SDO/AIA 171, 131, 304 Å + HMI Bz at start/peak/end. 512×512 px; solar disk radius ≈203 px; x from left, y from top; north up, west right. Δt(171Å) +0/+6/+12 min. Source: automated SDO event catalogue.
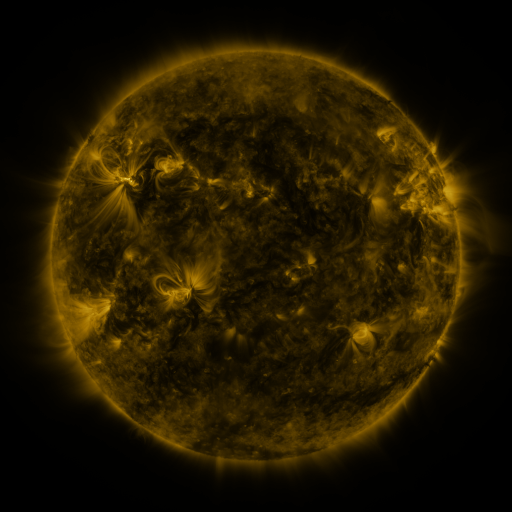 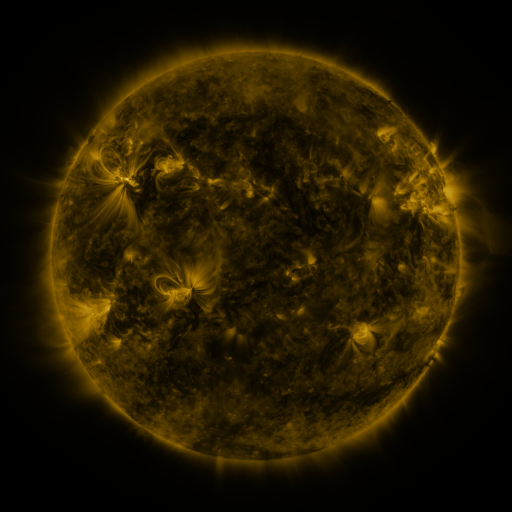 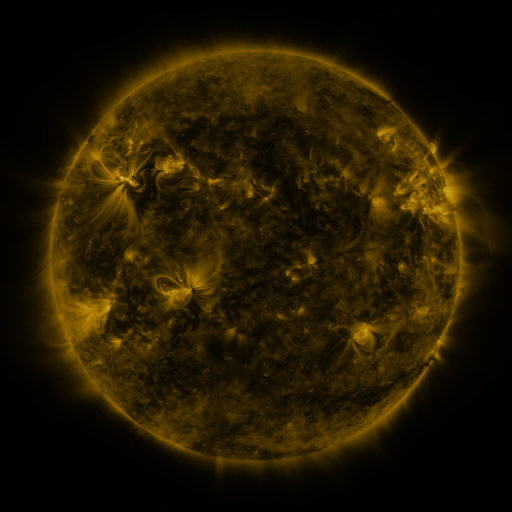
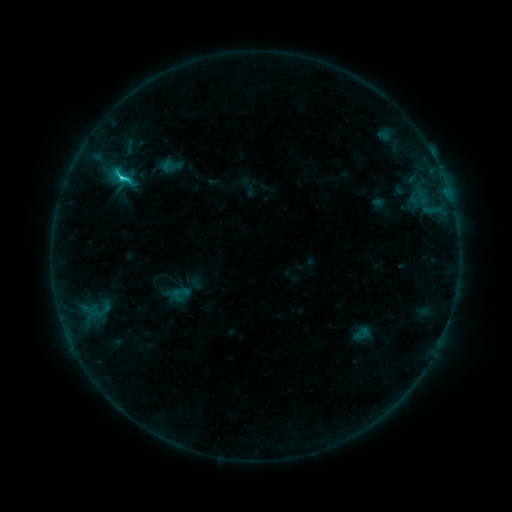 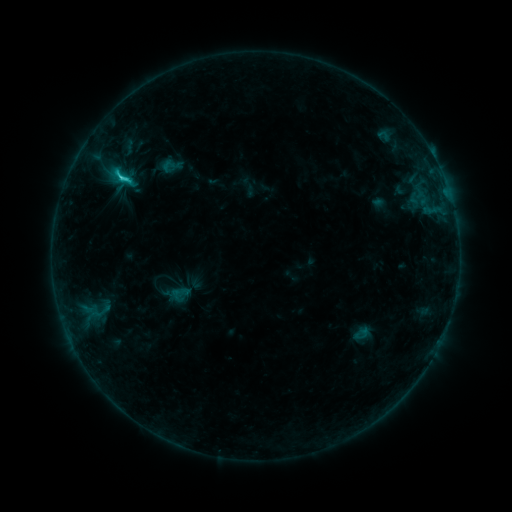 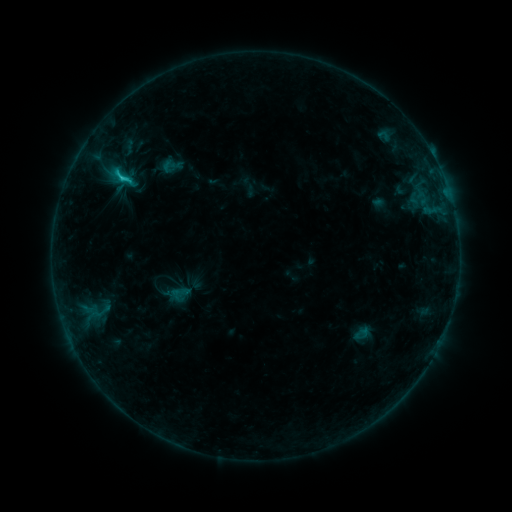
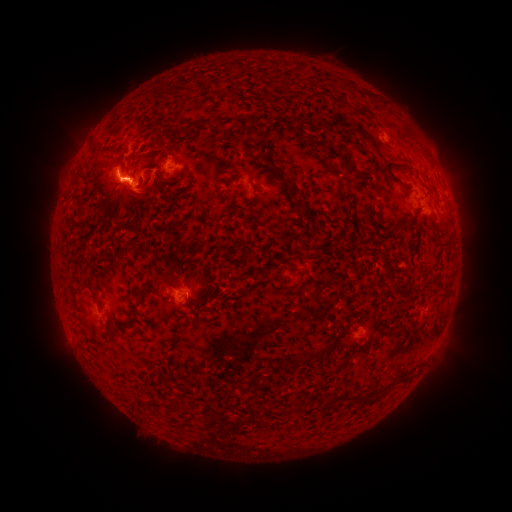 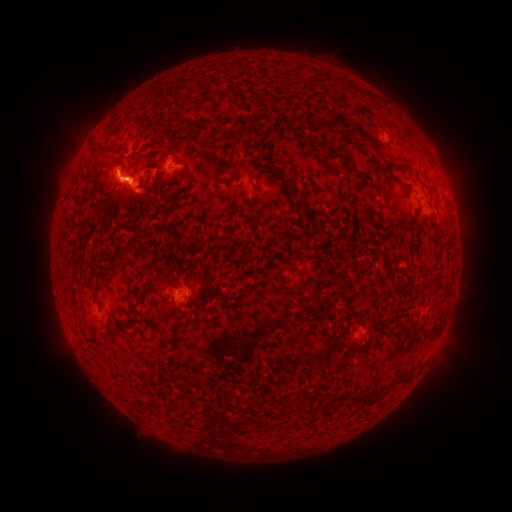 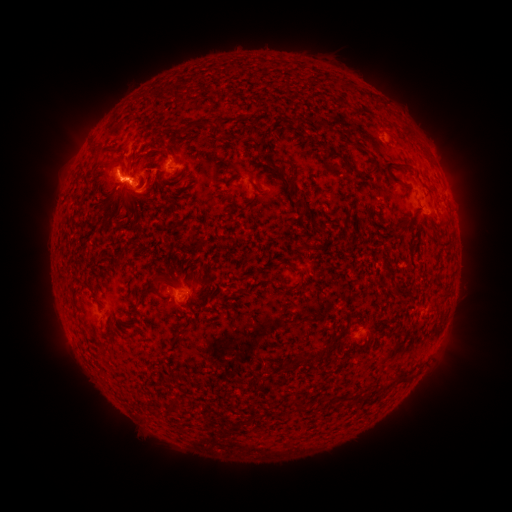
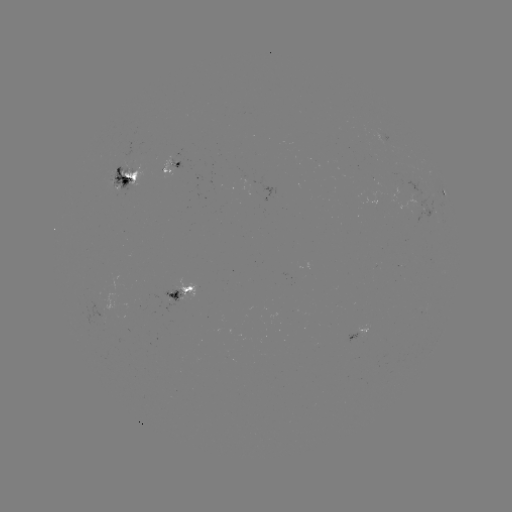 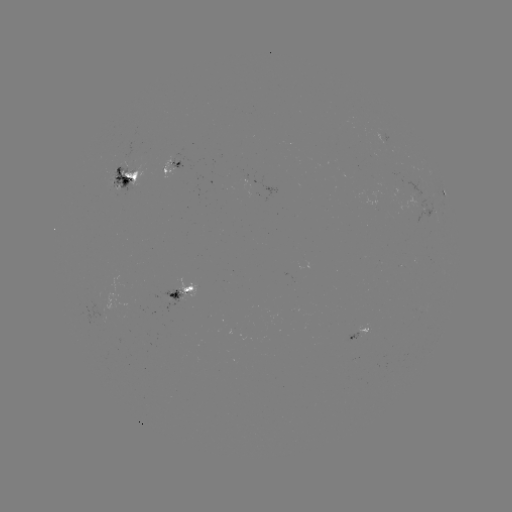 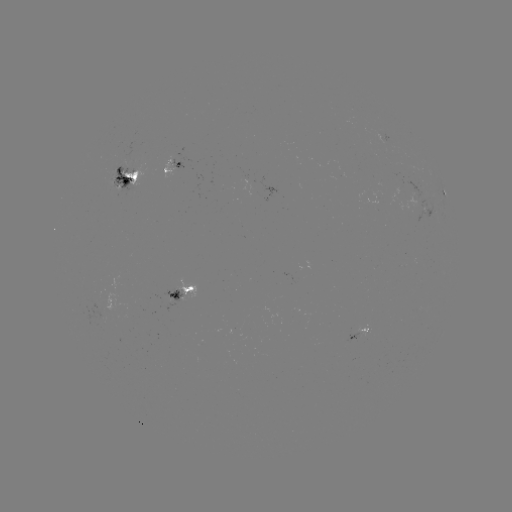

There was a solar flare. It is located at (123, 178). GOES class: C2.4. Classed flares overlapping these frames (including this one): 1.